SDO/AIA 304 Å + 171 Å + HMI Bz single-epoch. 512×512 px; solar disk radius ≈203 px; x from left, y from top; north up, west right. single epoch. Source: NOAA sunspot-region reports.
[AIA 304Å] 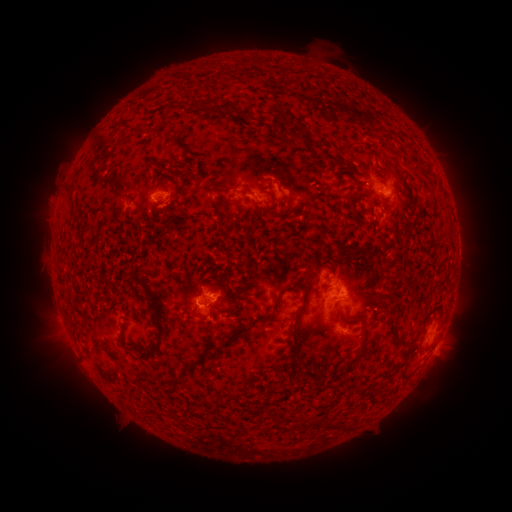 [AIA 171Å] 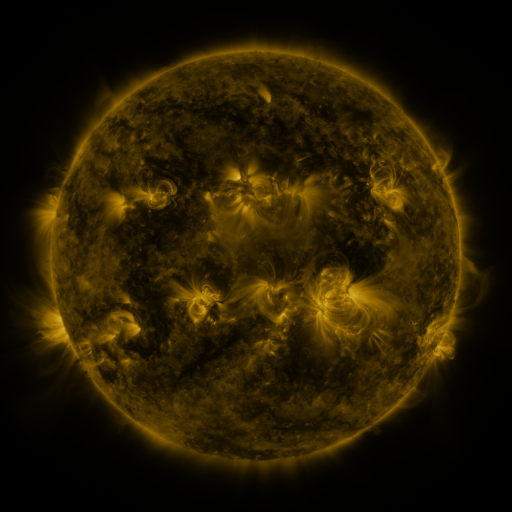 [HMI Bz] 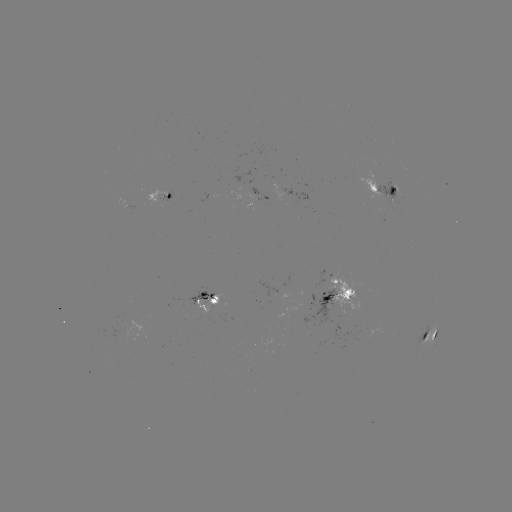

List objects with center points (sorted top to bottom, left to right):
spotted active region: (381, 187)
spotted active region: (159, 198)
spotted active region: (339, 293)
spotted active region: (209, 302)
spotted active region: (432, 333)
